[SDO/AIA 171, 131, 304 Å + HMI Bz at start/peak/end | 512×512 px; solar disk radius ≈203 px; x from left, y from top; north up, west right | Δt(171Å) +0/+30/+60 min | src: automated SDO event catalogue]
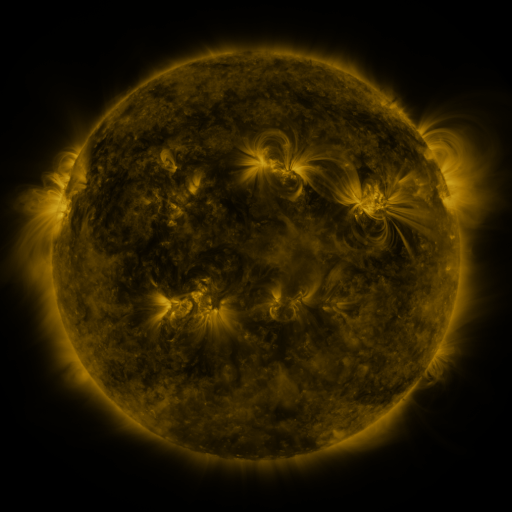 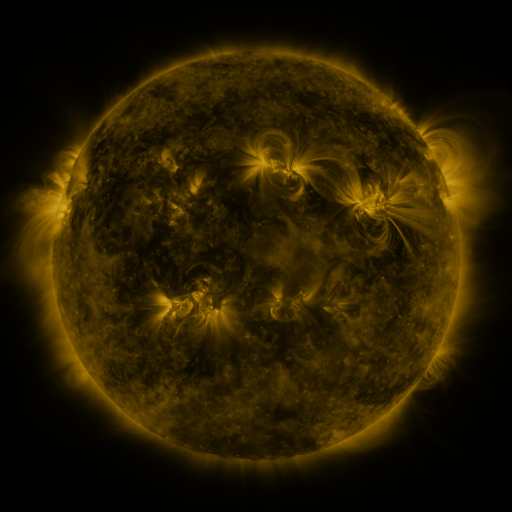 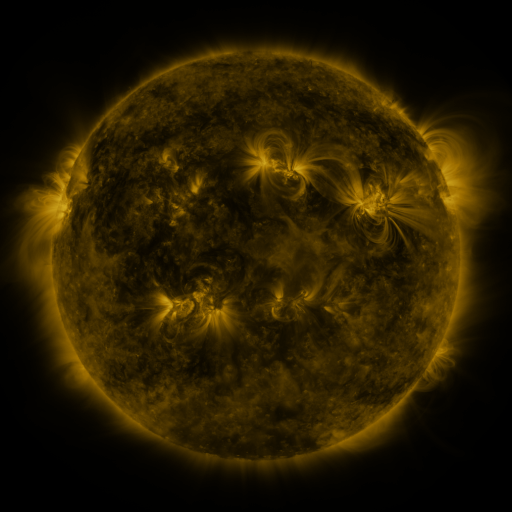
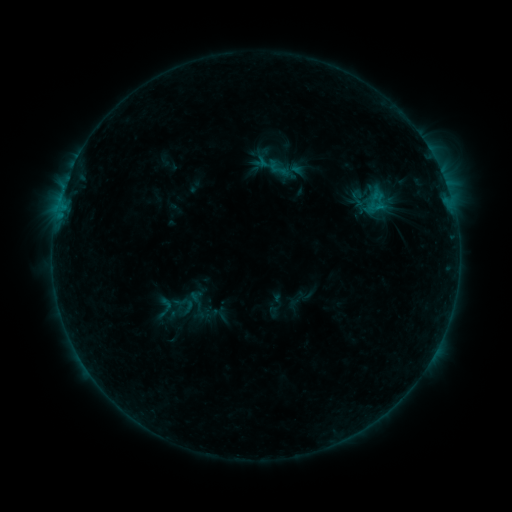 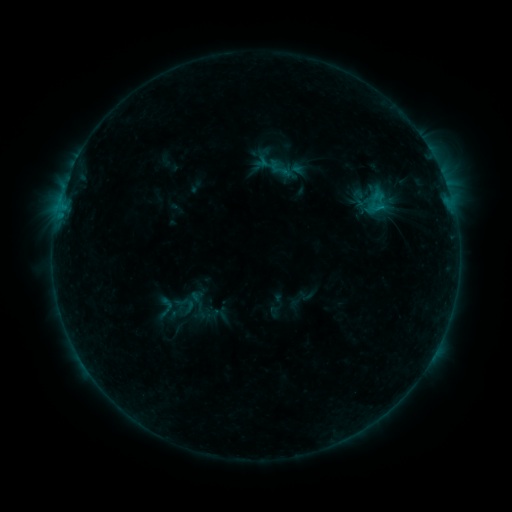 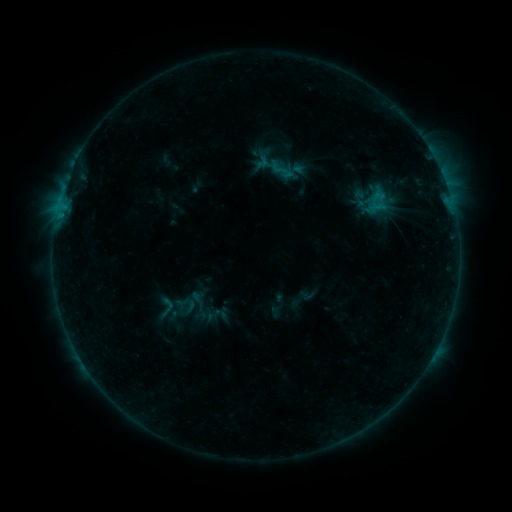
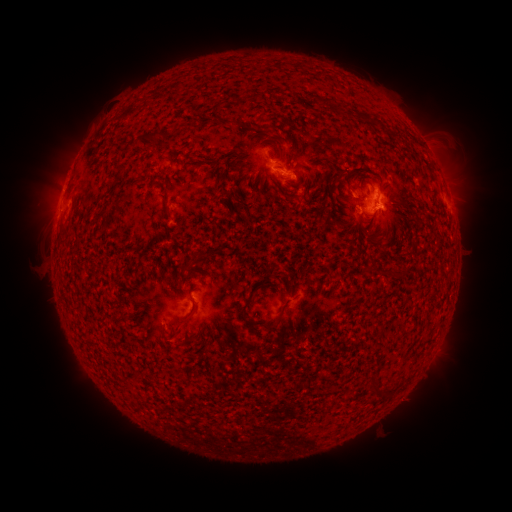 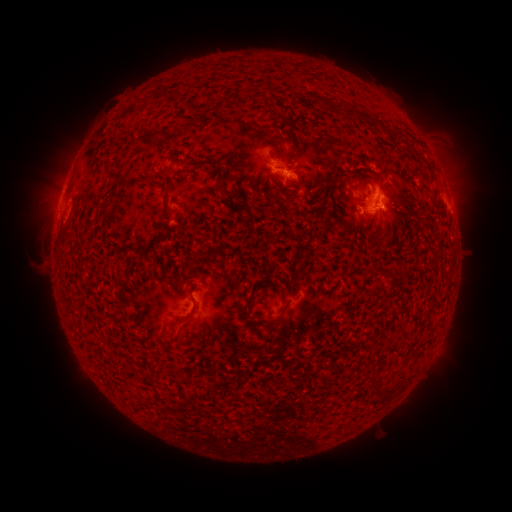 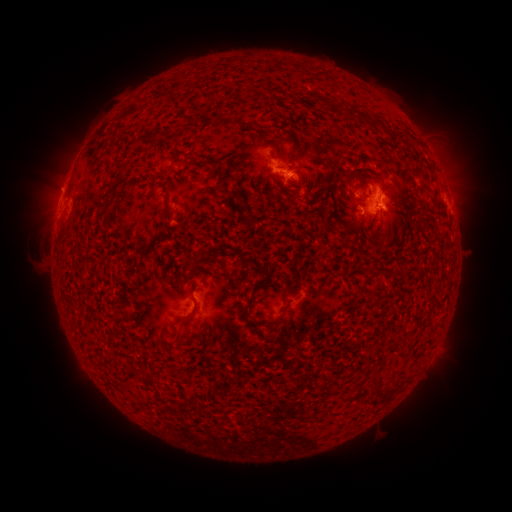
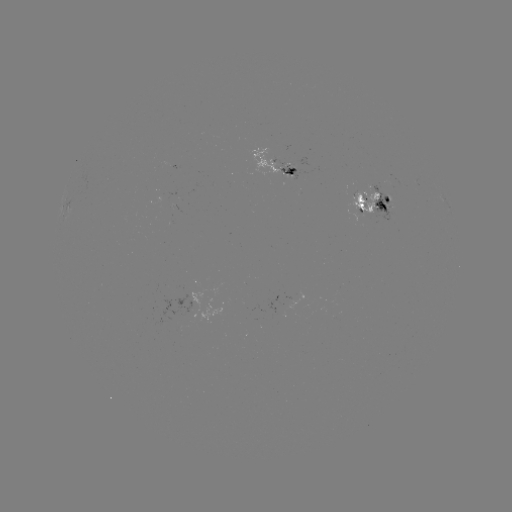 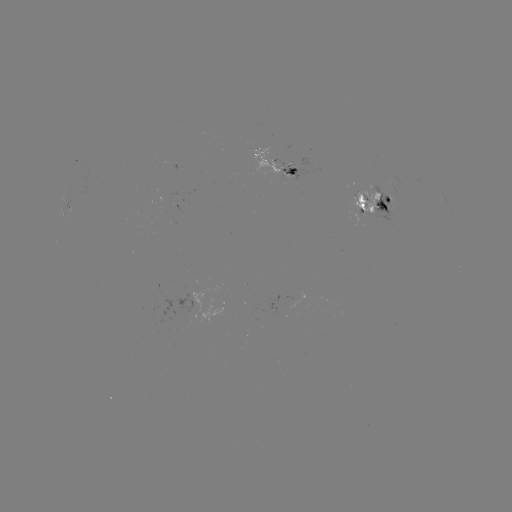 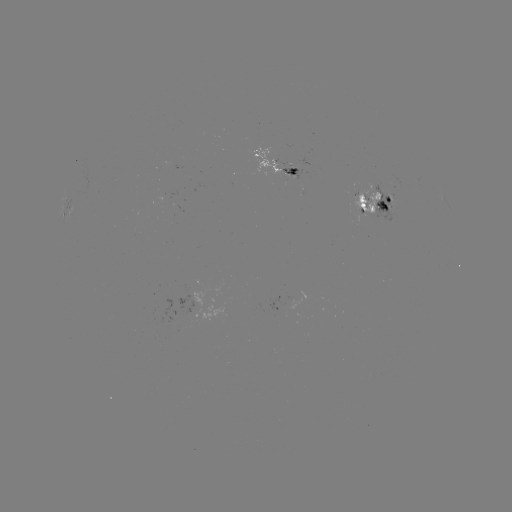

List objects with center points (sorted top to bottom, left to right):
emerging-flux region: (274, 162)
